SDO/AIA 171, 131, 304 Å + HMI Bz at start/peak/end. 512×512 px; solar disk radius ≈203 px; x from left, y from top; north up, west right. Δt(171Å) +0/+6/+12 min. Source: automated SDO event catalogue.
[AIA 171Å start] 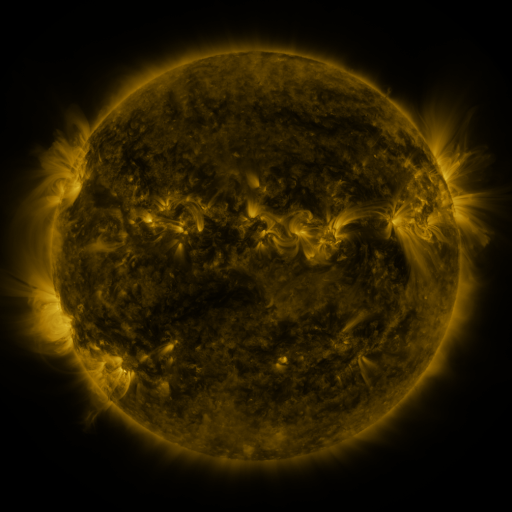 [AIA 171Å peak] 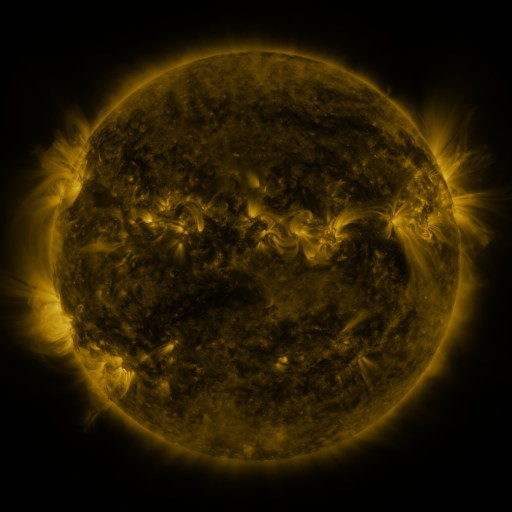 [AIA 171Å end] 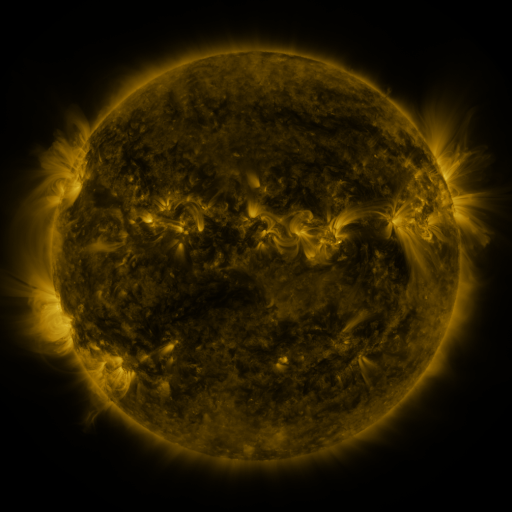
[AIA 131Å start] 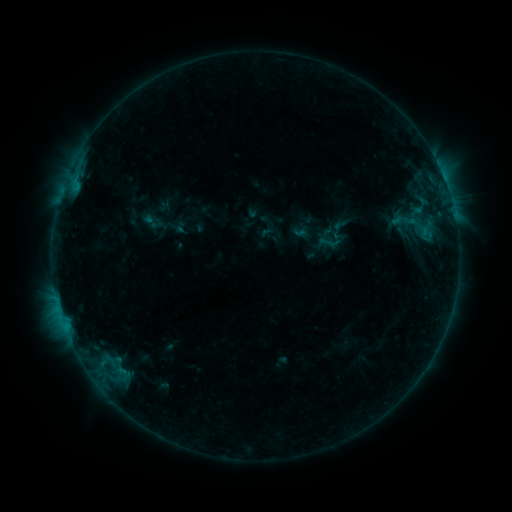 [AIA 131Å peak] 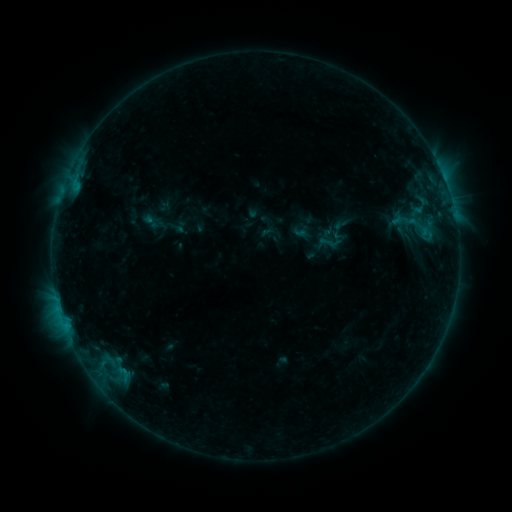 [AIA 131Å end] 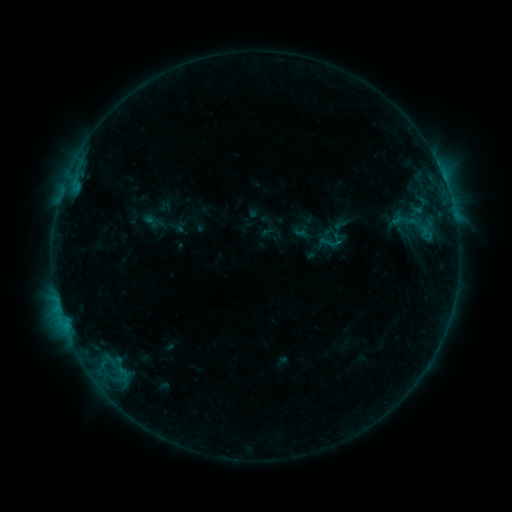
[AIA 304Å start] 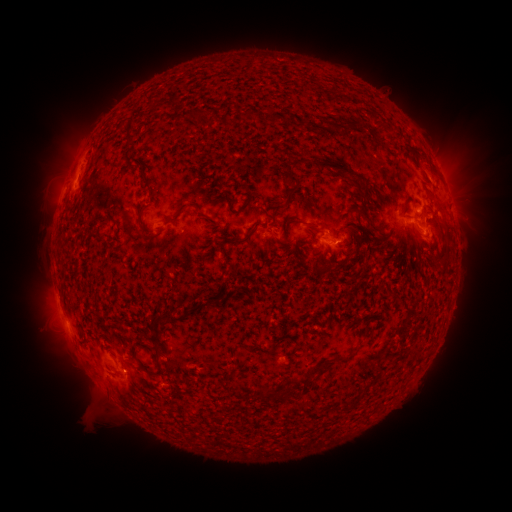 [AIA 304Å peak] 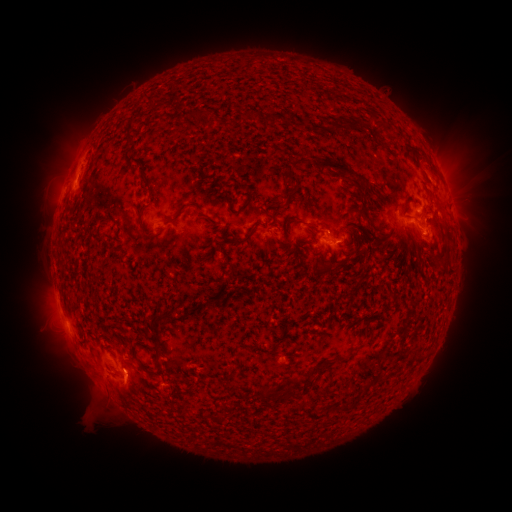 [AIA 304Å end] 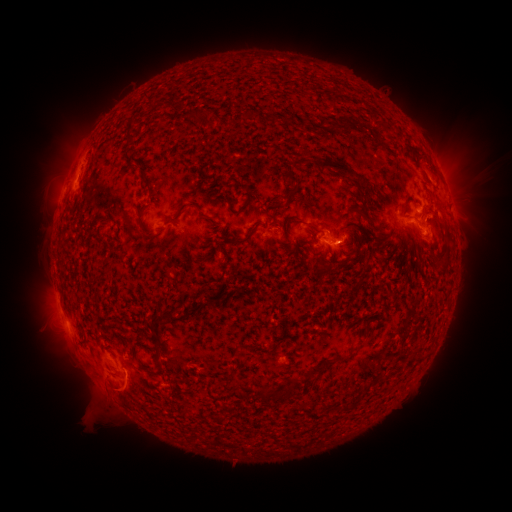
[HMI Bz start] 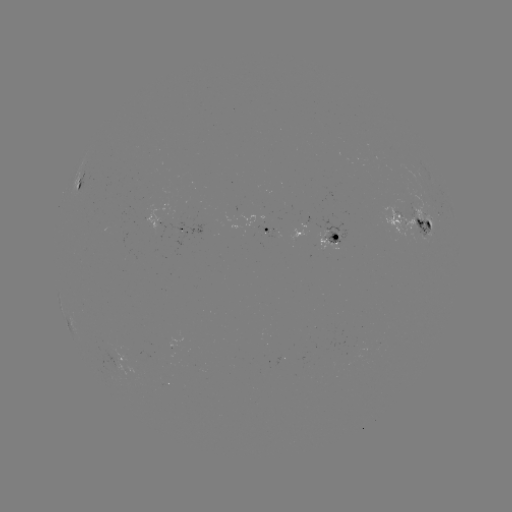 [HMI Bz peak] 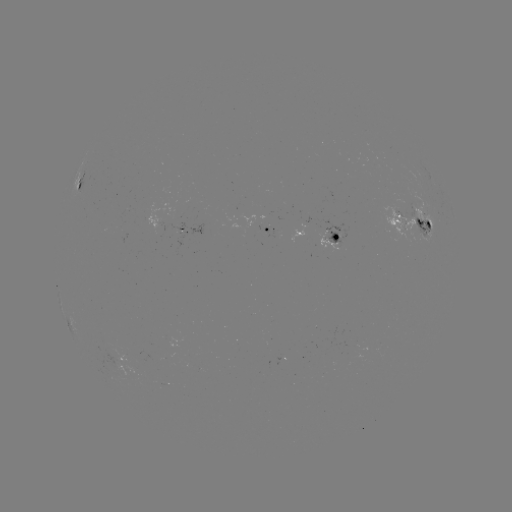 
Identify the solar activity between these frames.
eruption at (127, 389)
